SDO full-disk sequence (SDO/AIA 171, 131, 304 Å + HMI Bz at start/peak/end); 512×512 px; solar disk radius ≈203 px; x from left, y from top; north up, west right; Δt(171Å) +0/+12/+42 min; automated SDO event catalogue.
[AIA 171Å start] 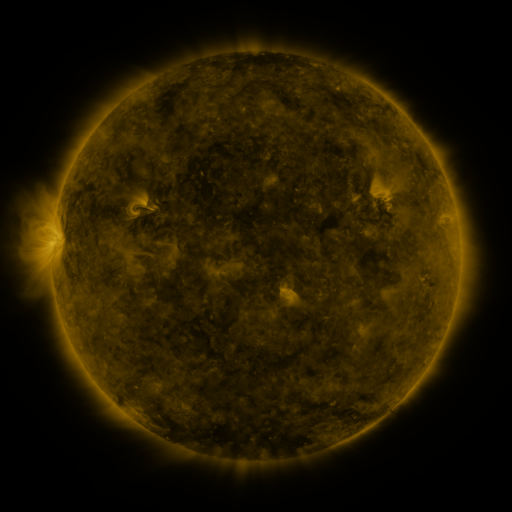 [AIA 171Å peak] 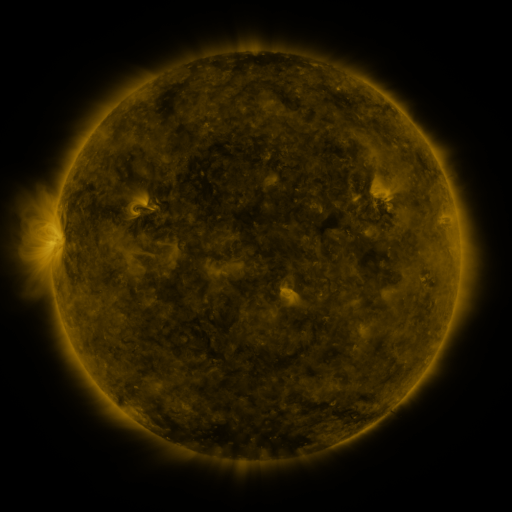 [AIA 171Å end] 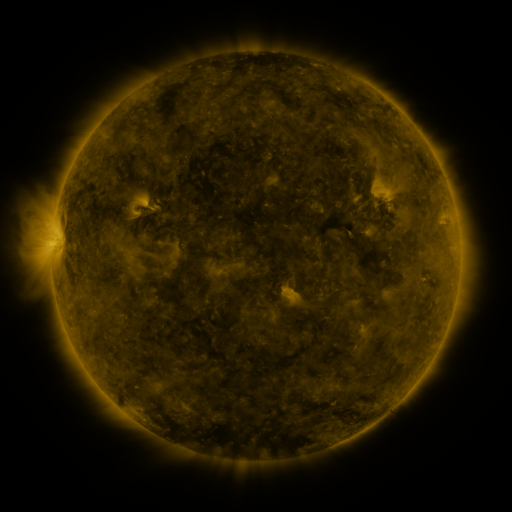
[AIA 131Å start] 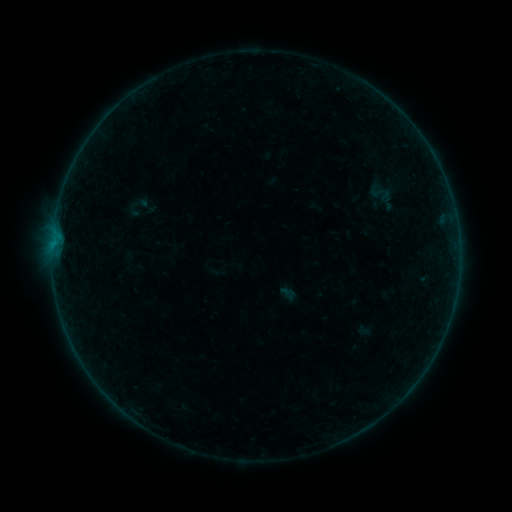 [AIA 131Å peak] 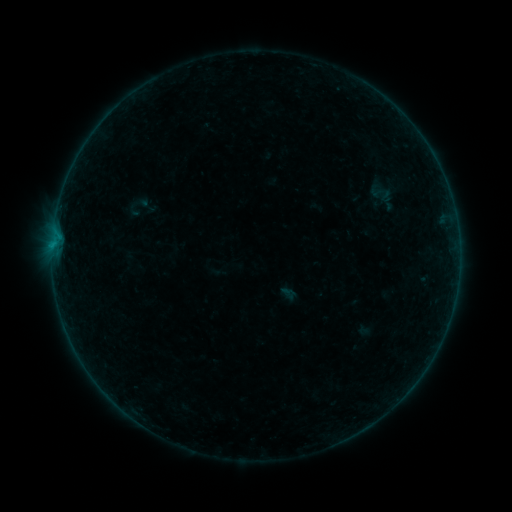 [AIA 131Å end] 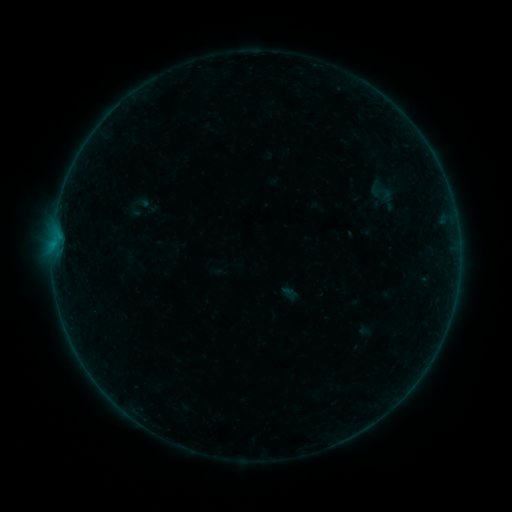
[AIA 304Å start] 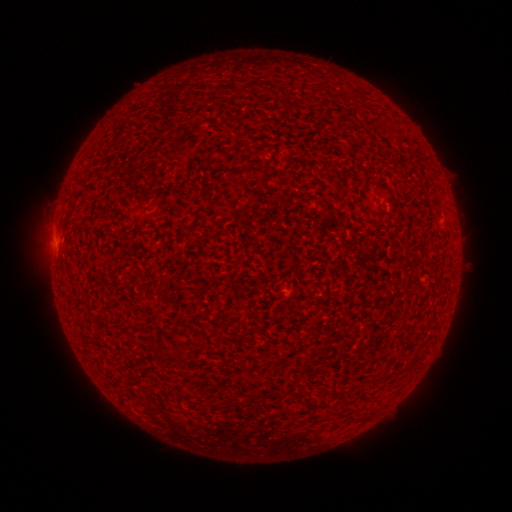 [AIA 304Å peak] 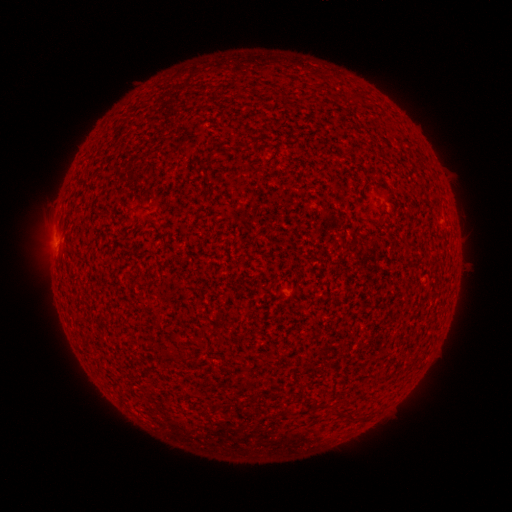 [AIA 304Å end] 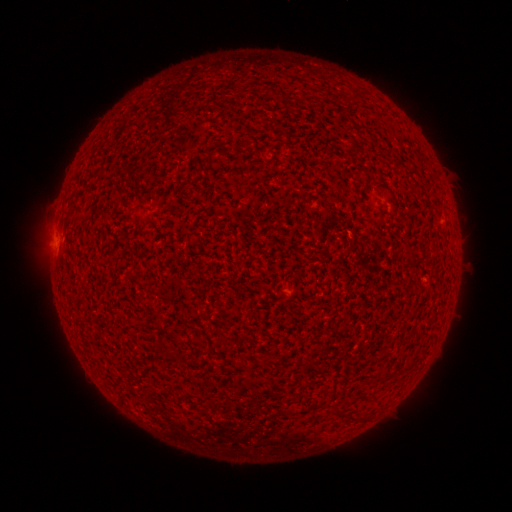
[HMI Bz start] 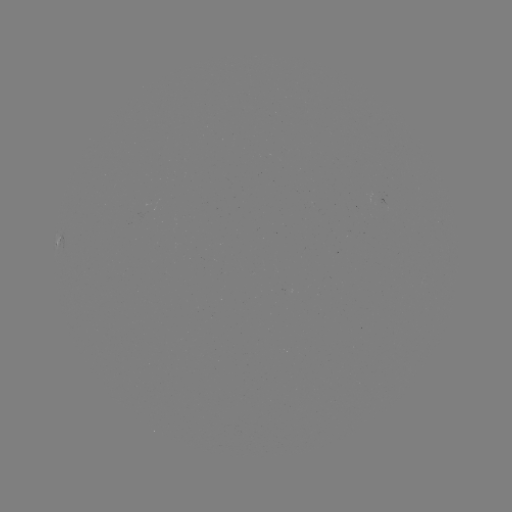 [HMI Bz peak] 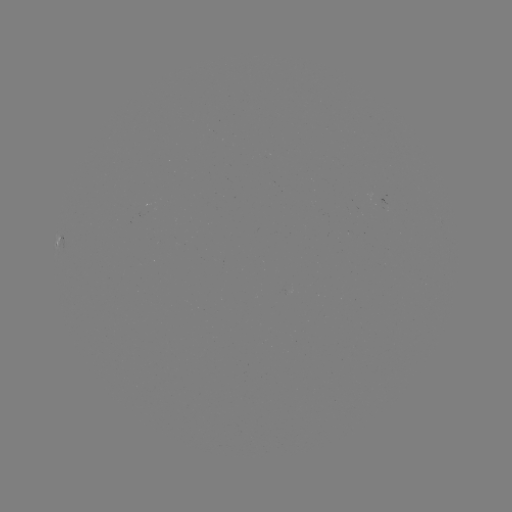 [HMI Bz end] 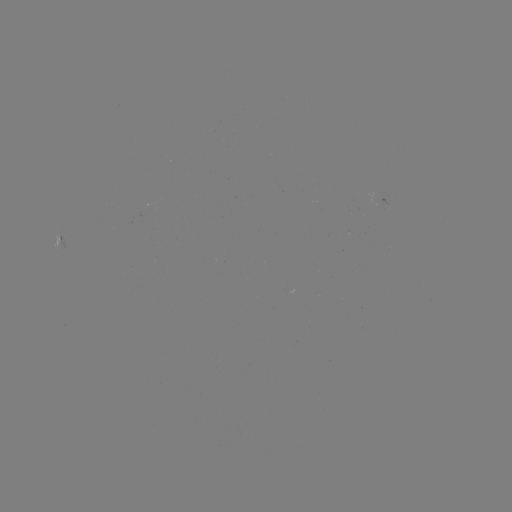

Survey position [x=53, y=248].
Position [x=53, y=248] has A9.2 flare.